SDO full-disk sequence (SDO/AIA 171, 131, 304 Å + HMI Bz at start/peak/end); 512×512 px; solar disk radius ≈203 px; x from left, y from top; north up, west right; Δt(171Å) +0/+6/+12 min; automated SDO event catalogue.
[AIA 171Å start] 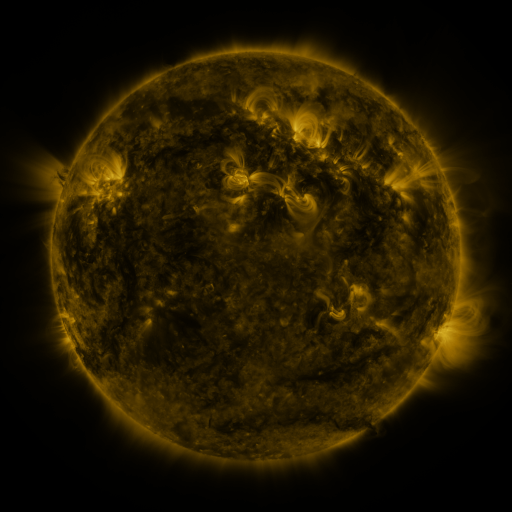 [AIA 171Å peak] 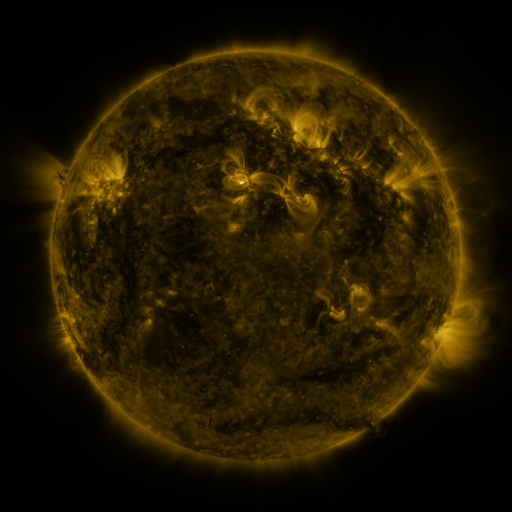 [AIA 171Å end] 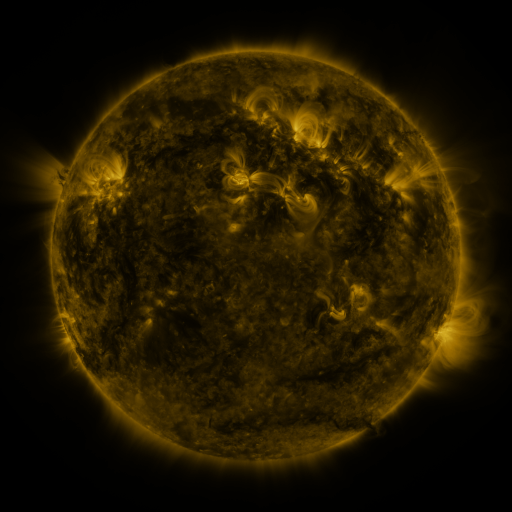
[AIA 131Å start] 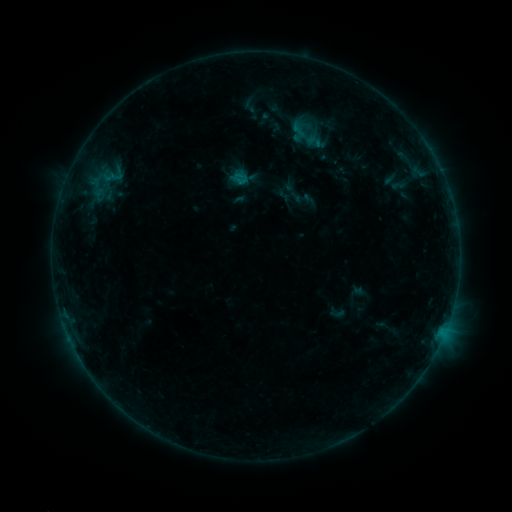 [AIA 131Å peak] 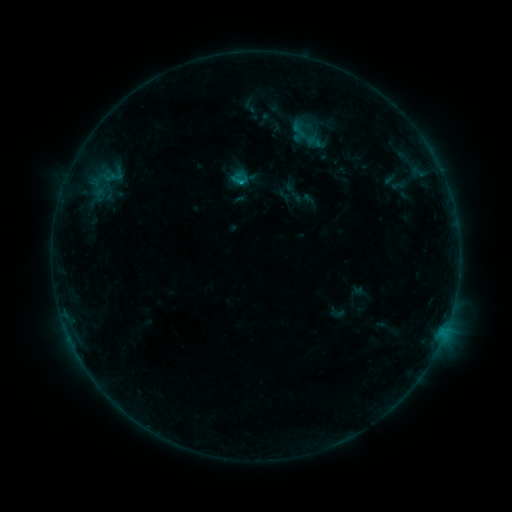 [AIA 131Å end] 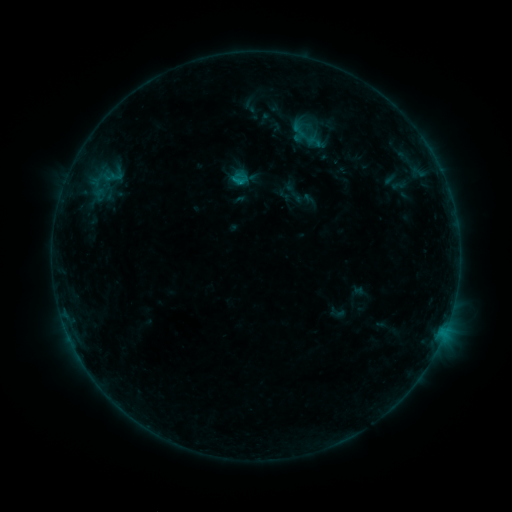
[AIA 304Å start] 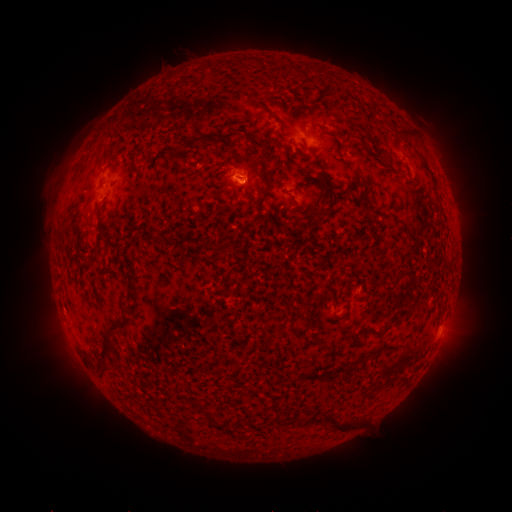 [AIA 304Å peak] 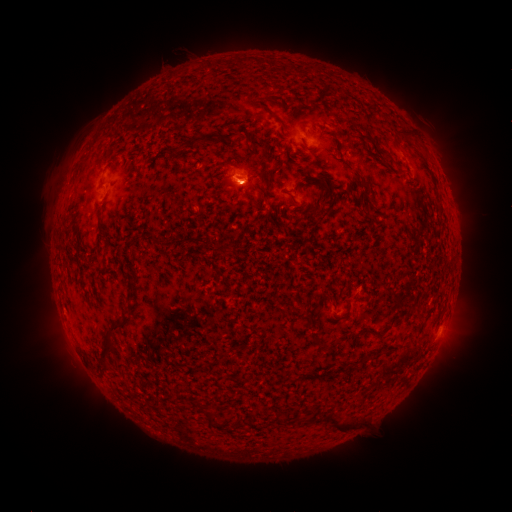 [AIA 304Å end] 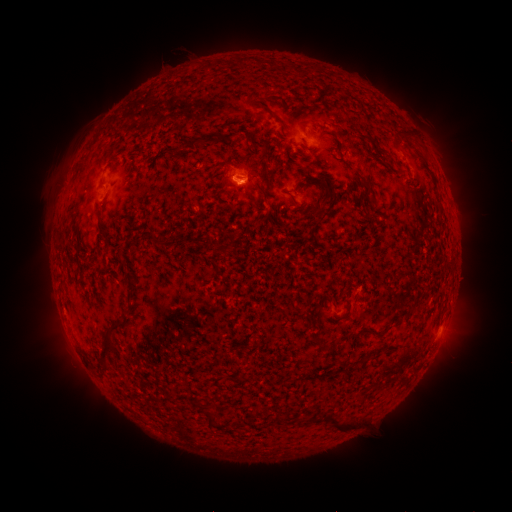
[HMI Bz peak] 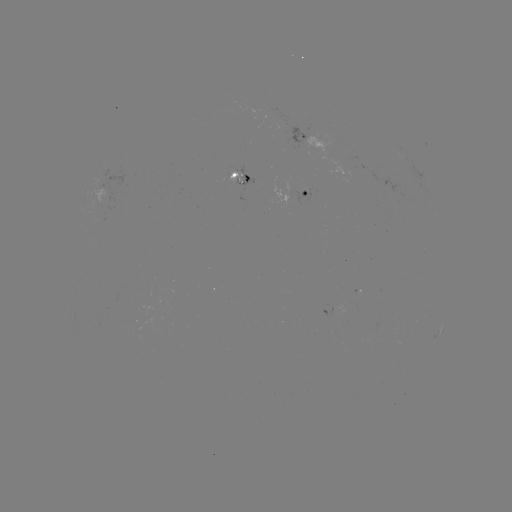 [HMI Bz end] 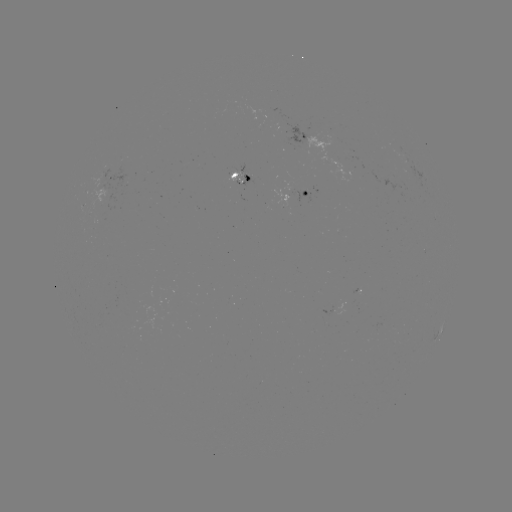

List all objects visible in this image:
B3.7 flare: (242, 186)
